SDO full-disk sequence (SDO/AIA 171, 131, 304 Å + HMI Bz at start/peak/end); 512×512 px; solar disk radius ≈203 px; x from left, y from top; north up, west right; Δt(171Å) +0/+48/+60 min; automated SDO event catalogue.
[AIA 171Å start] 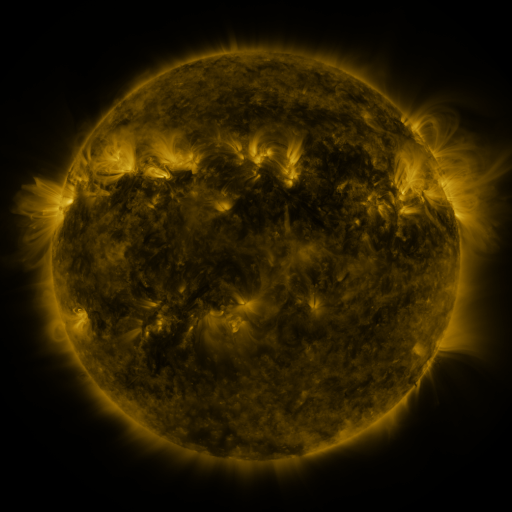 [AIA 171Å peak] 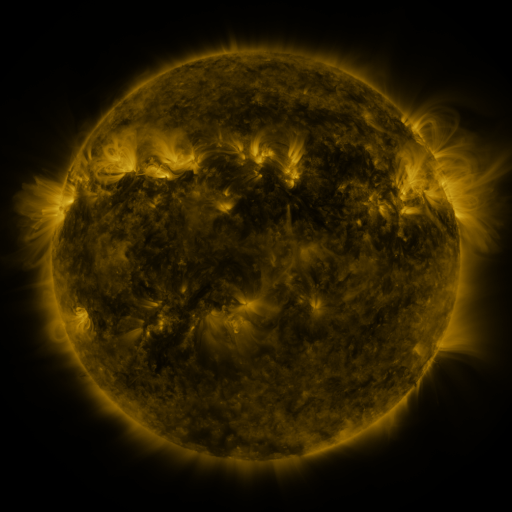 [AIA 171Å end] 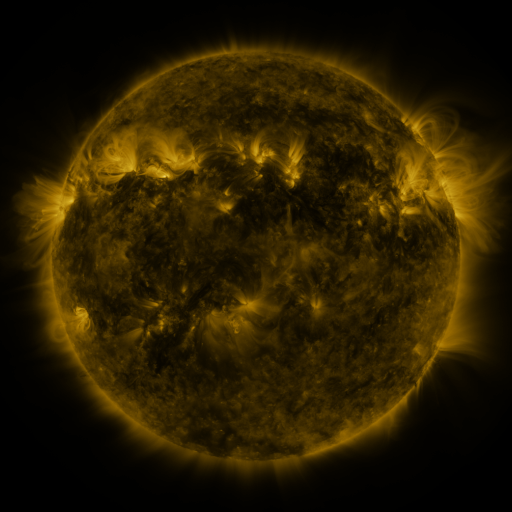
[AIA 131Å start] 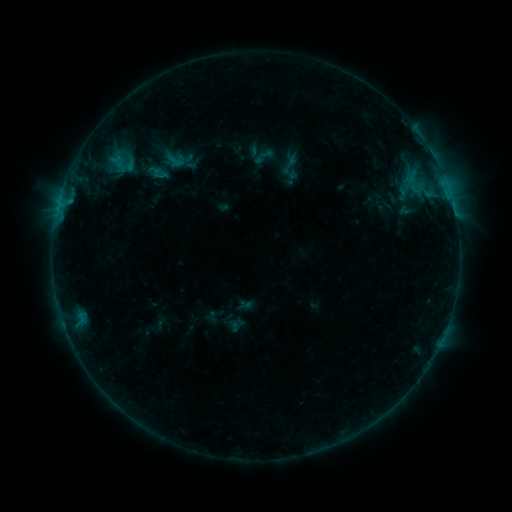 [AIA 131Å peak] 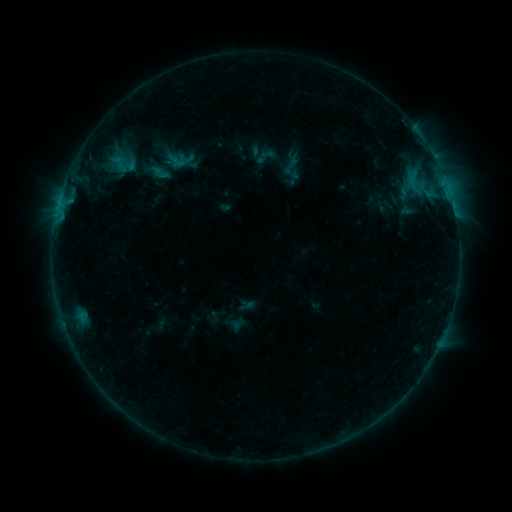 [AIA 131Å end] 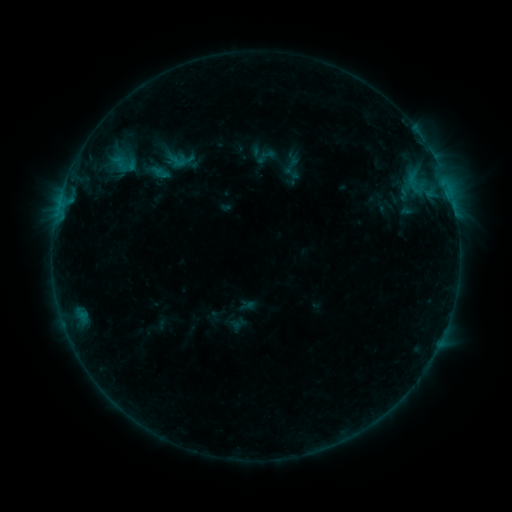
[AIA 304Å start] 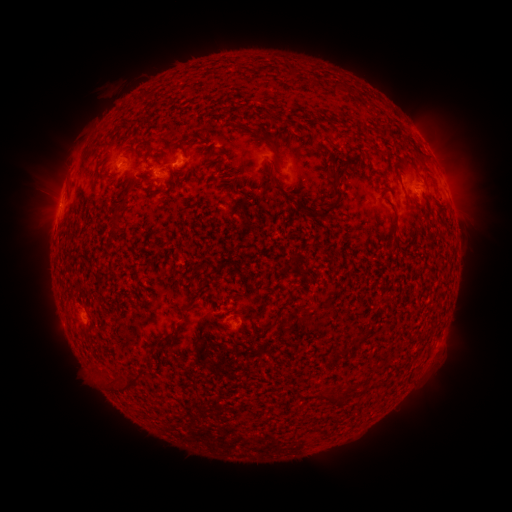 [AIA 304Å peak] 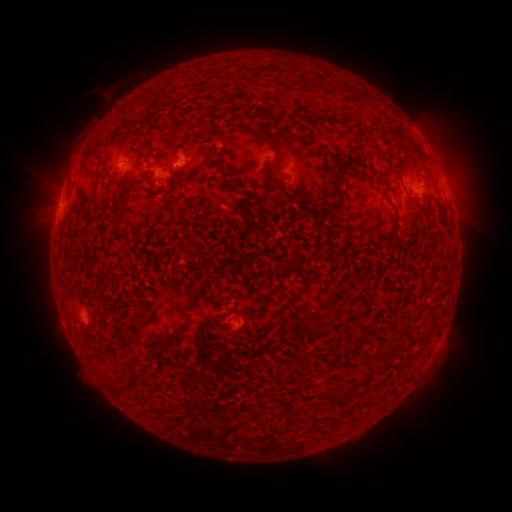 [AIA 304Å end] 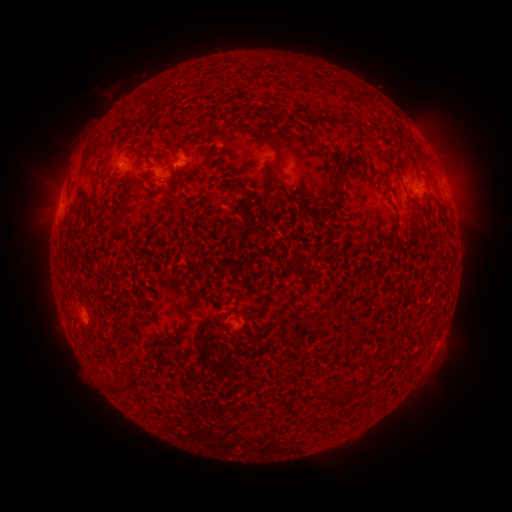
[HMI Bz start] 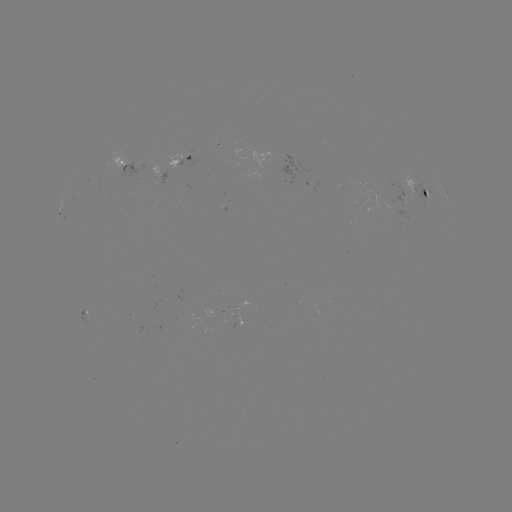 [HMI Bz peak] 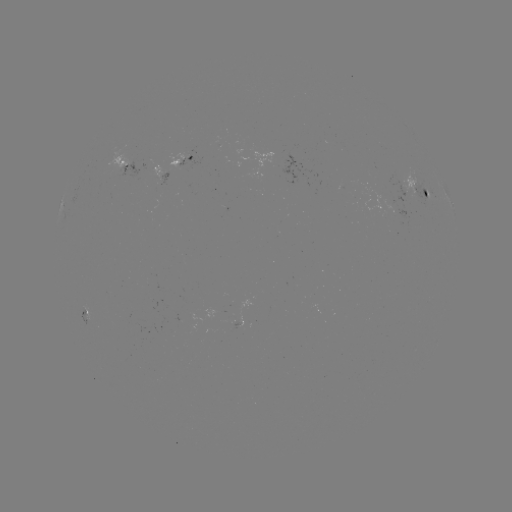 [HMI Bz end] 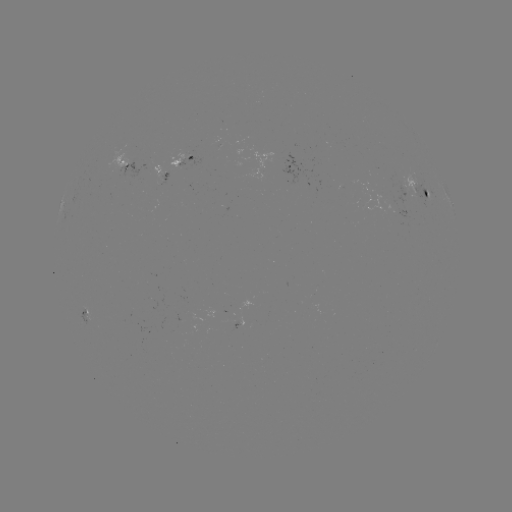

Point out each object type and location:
emerging-flux region: (157, 174)
